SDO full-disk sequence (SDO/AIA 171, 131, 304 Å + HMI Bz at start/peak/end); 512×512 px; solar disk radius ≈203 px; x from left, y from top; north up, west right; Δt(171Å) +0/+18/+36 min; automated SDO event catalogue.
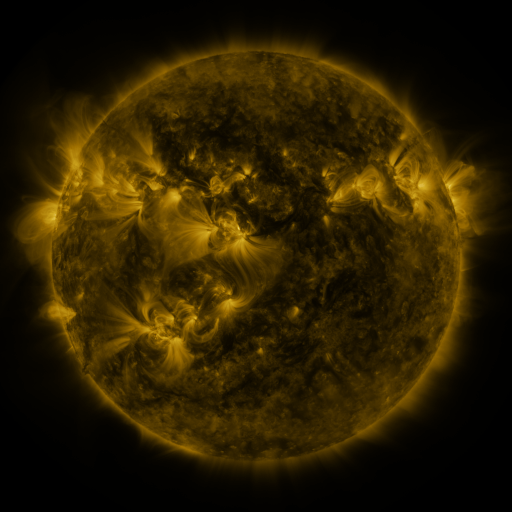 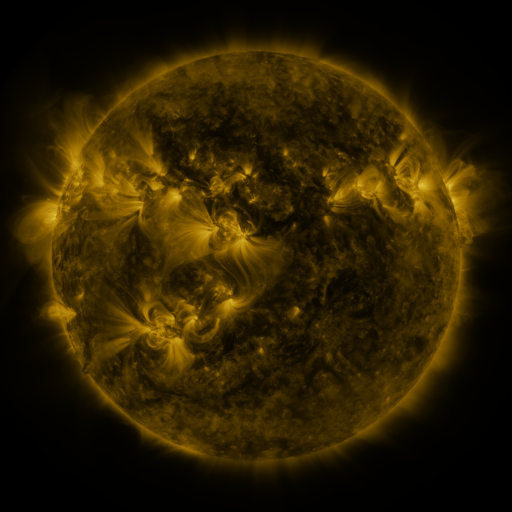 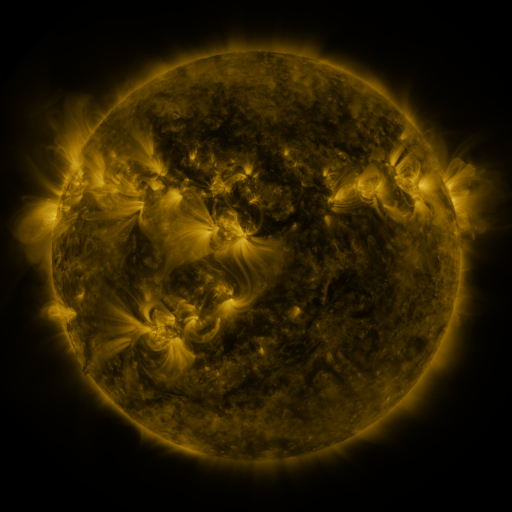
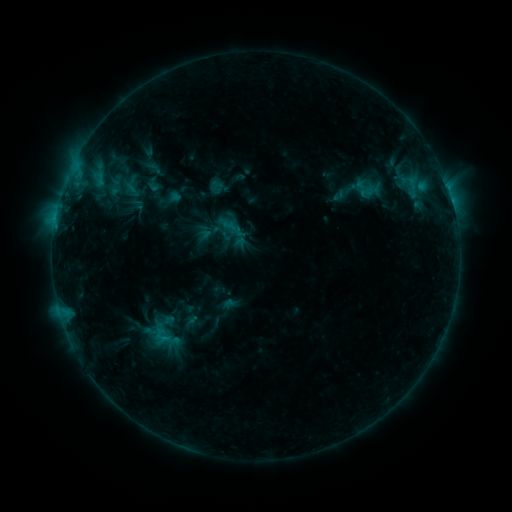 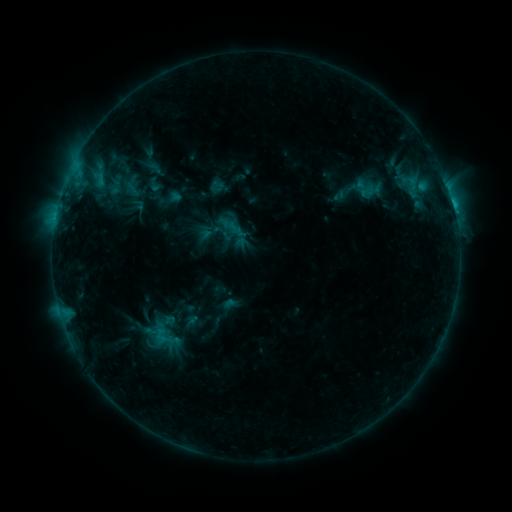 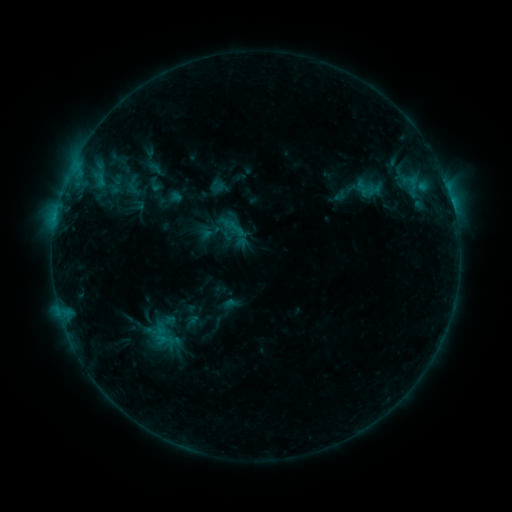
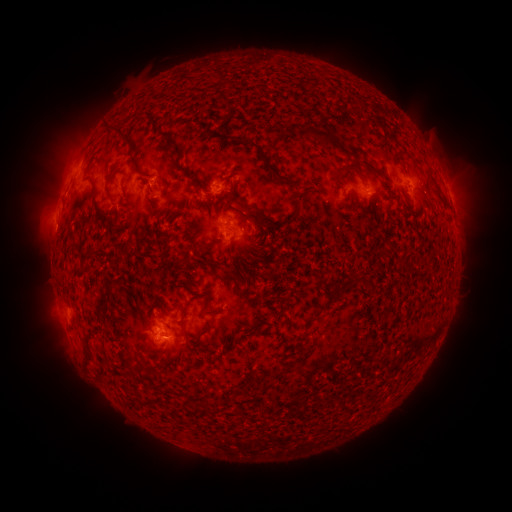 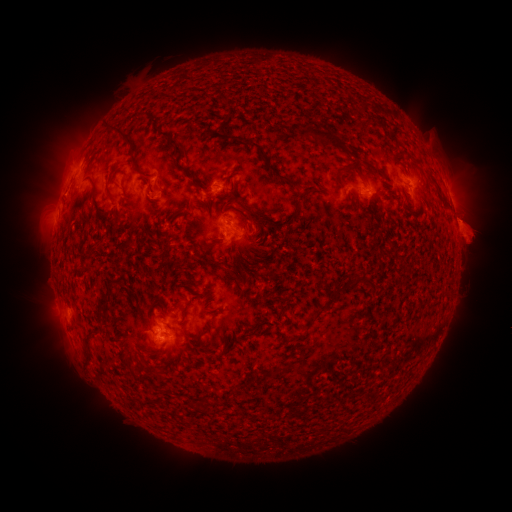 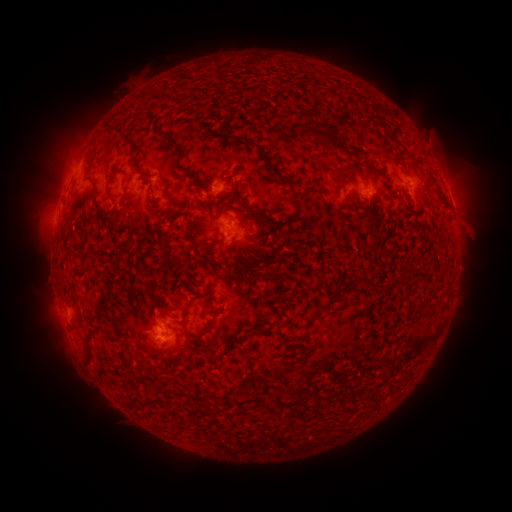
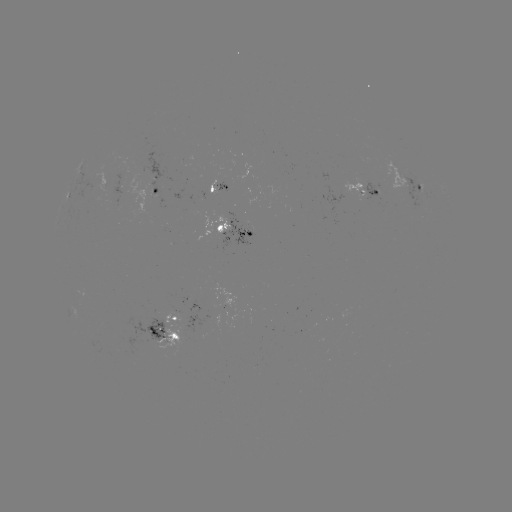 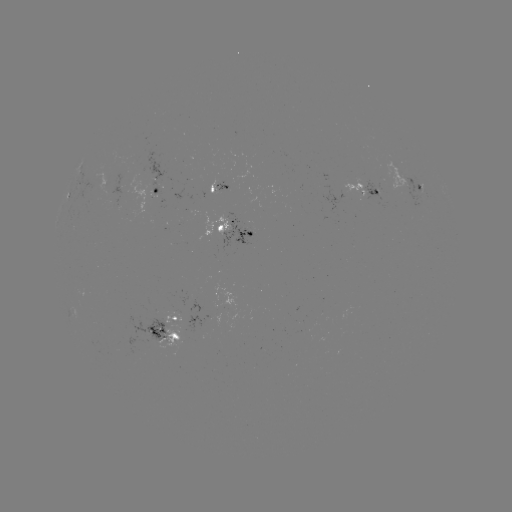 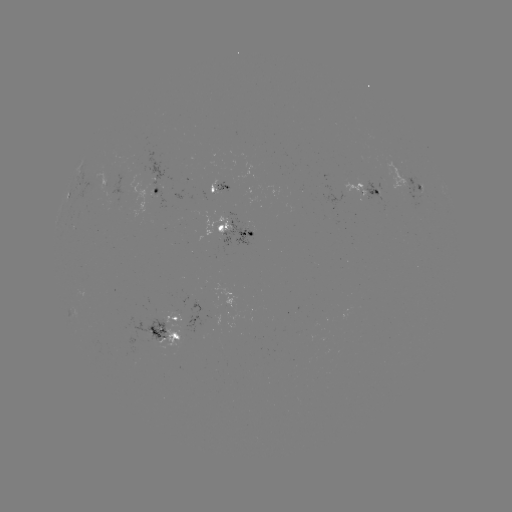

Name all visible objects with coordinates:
eruption: (470, 232)
